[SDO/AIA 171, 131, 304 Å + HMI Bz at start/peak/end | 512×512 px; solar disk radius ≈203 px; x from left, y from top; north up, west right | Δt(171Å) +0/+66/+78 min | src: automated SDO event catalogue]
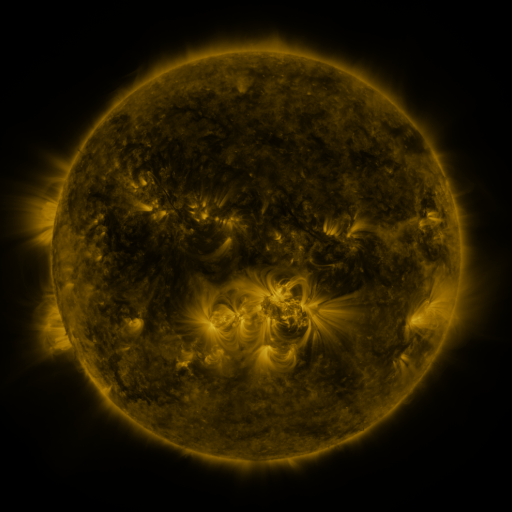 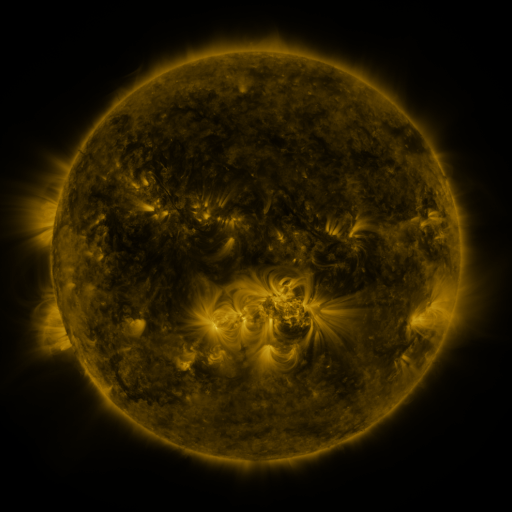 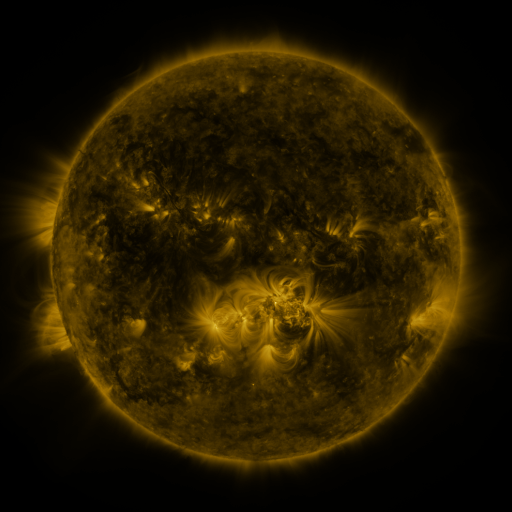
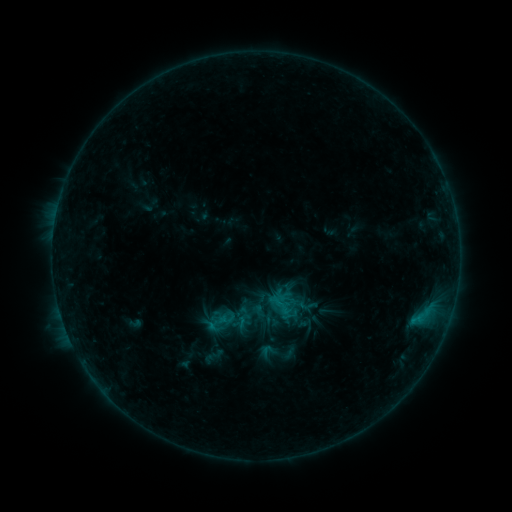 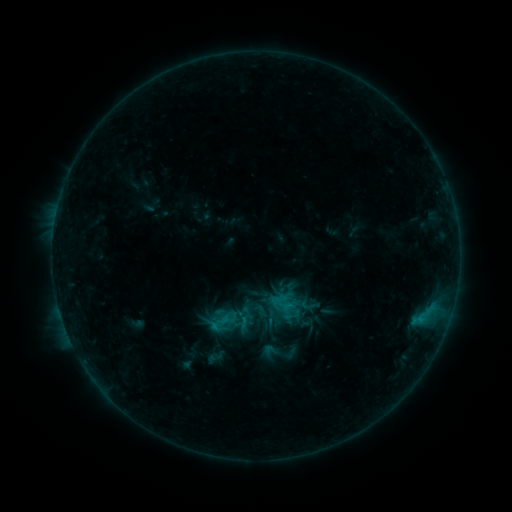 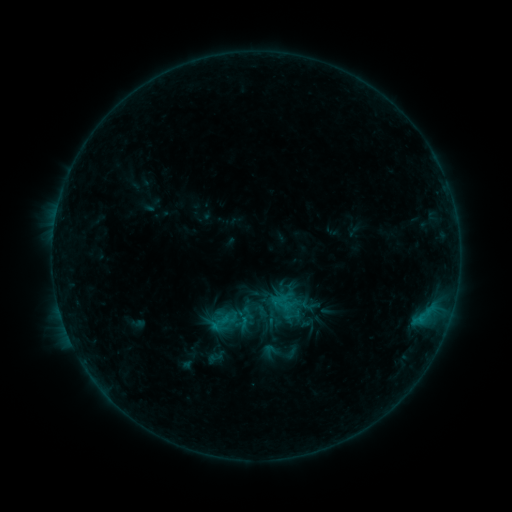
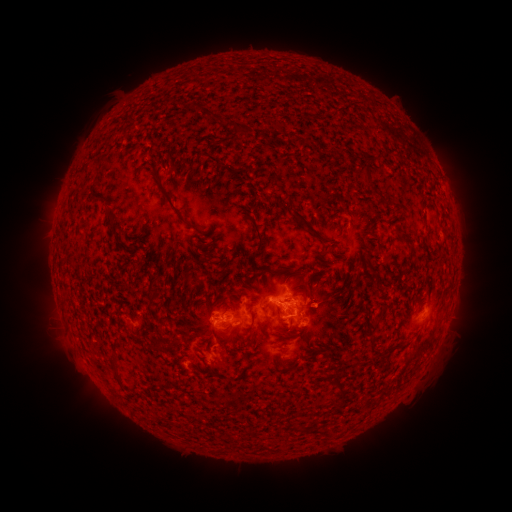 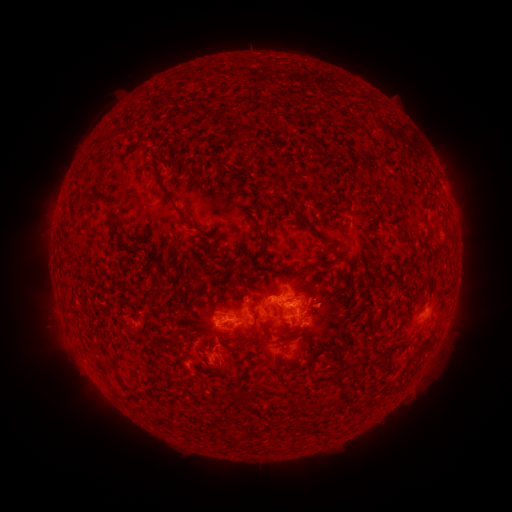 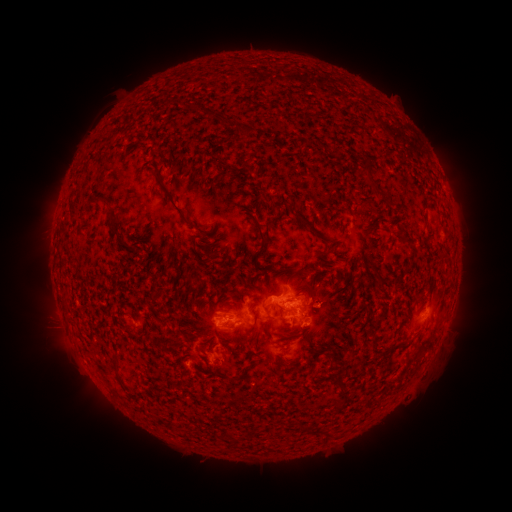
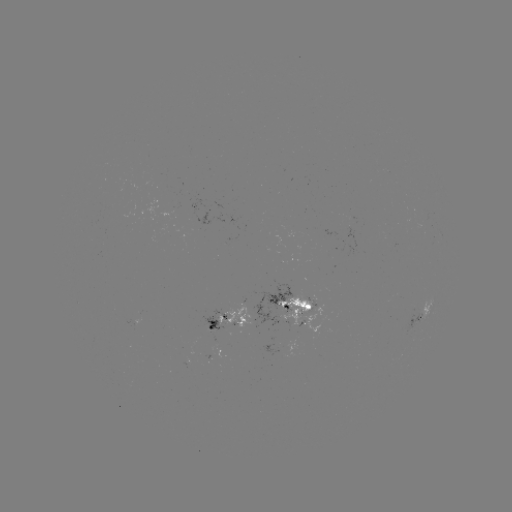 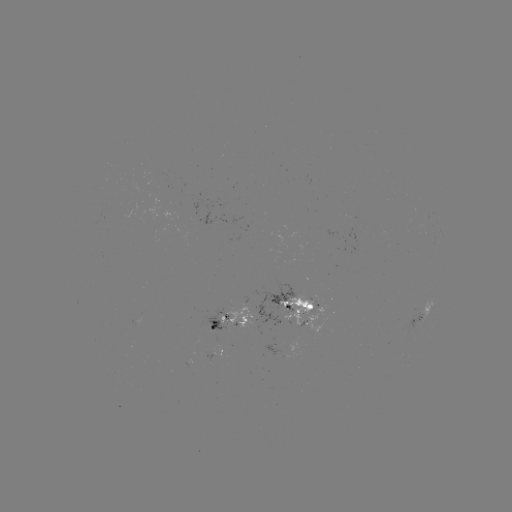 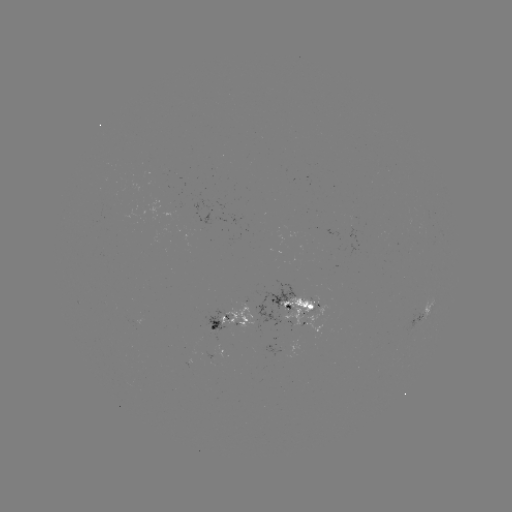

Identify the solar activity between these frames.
B9.5 flare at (218, 324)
